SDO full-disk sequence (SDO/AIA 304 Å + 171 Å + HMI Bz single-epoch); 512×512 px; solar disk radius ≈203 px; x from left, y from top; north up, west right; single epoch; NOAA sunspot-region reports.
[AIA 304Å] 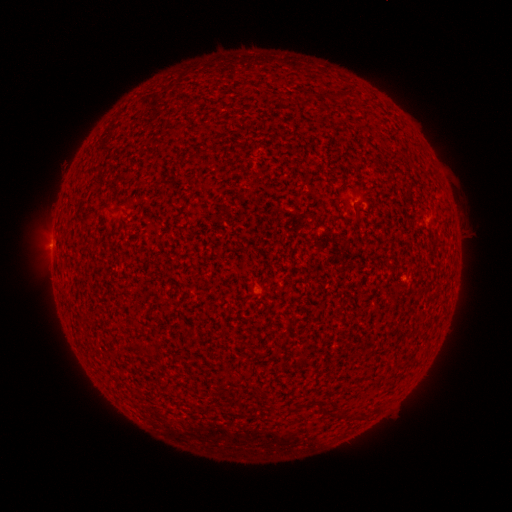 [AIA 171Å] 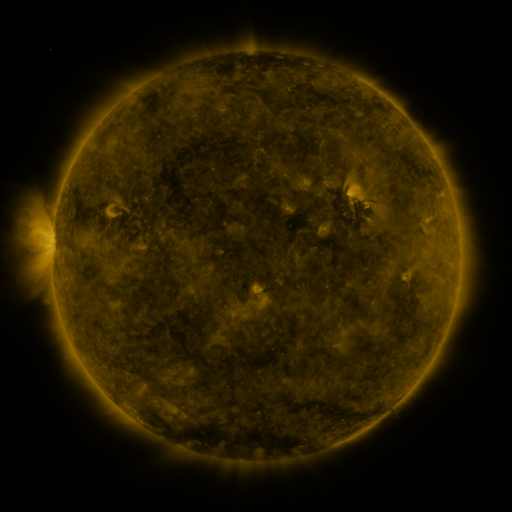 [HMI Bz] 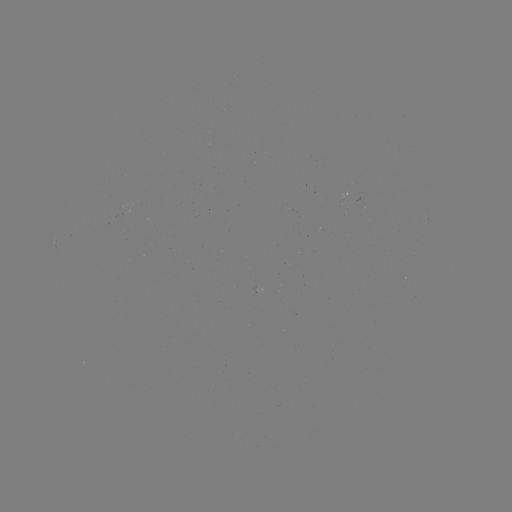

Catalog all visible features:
(none)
